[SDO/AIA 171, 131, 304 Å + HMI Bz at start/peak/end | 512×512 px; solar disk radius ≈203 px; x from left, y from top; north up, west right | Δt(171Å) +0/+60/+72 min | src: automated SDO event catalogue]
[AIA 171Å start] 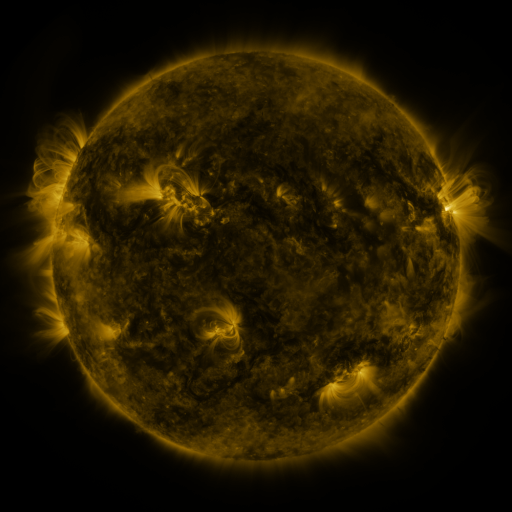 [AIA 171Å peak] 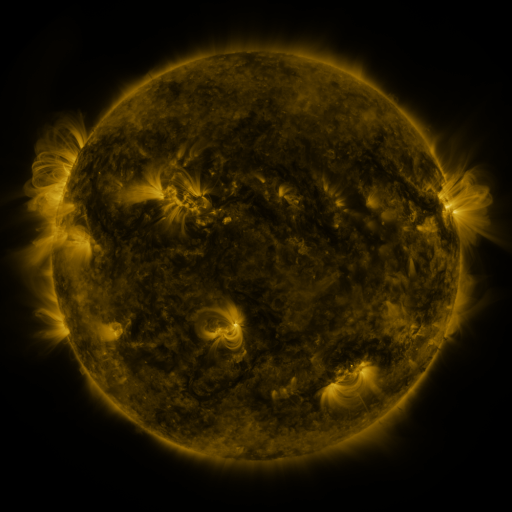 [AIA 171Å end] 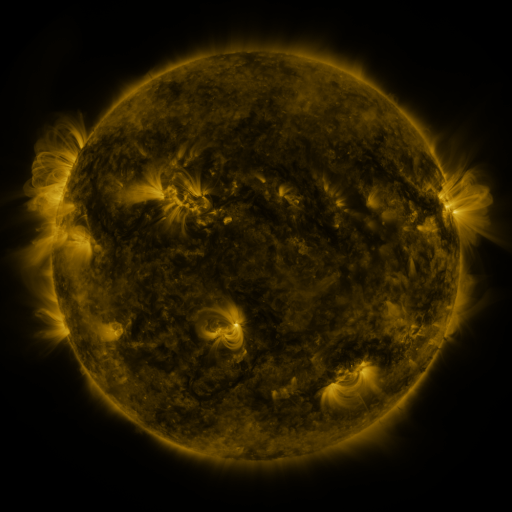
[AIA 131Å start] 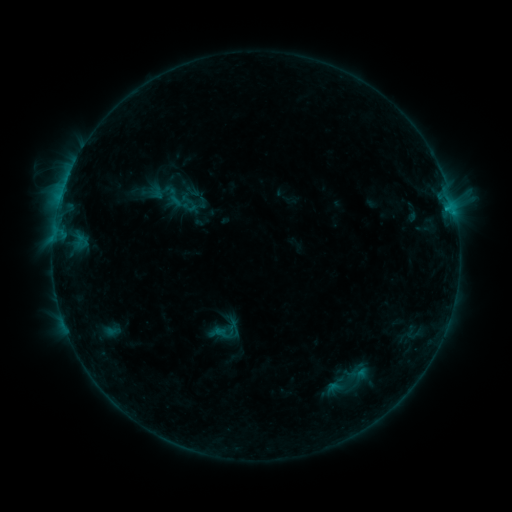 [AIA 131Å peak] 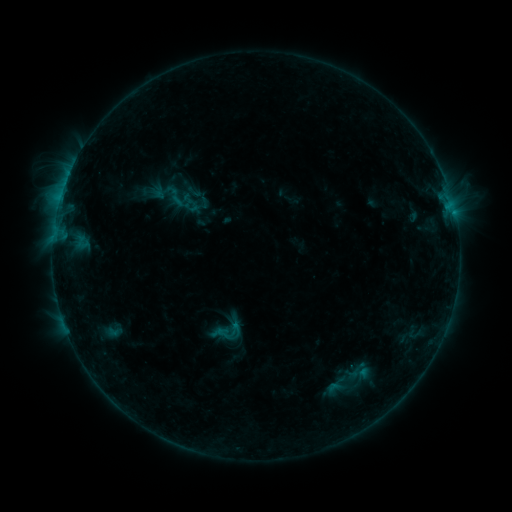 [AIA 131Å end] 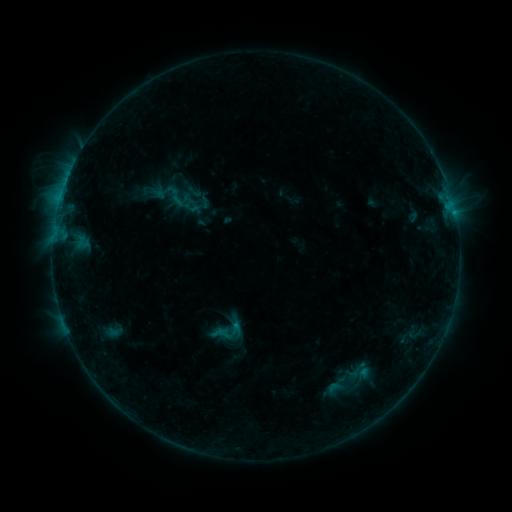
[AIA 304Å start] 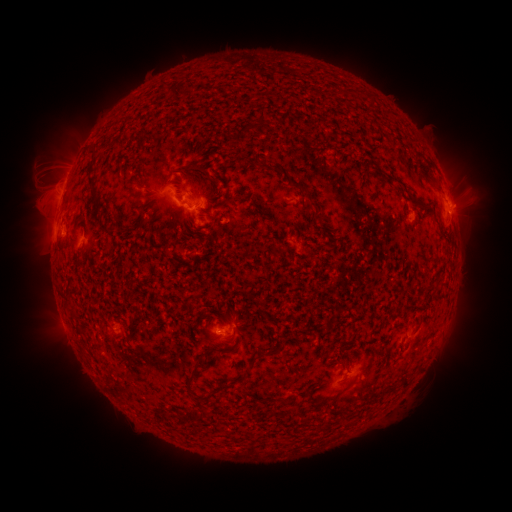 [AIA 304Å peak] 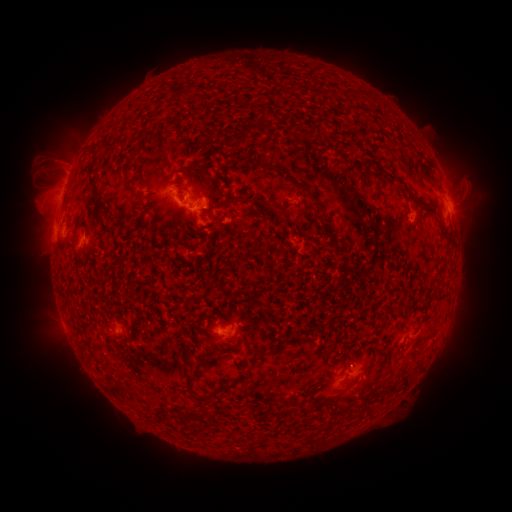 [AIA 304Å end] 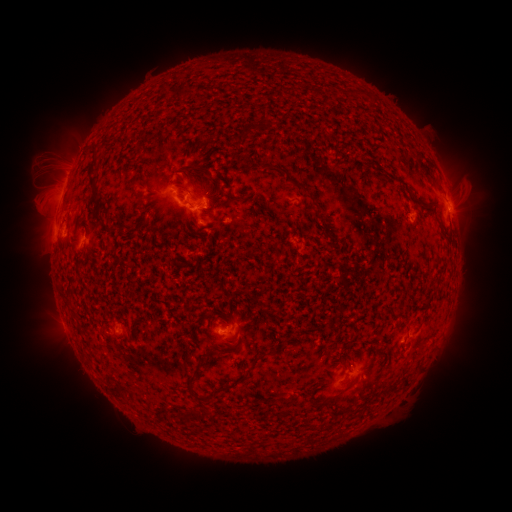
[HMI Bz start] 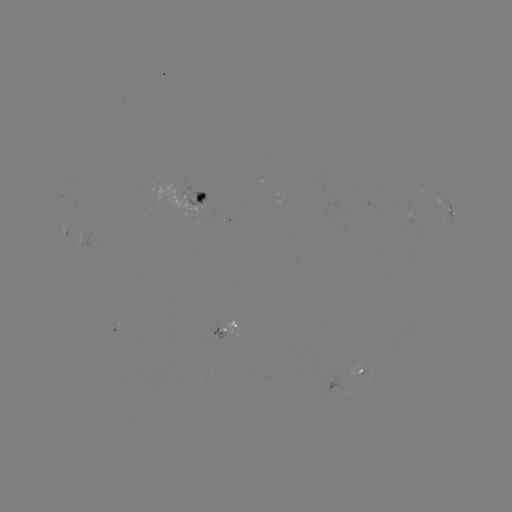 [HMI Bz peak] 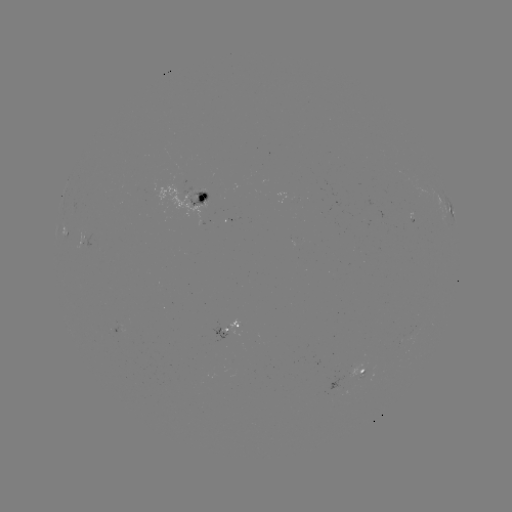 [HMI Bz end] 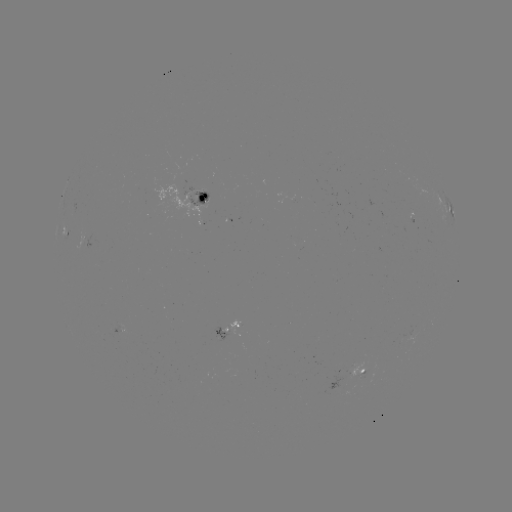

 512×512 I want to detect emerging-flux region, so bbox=[188, 189, 207, 208].